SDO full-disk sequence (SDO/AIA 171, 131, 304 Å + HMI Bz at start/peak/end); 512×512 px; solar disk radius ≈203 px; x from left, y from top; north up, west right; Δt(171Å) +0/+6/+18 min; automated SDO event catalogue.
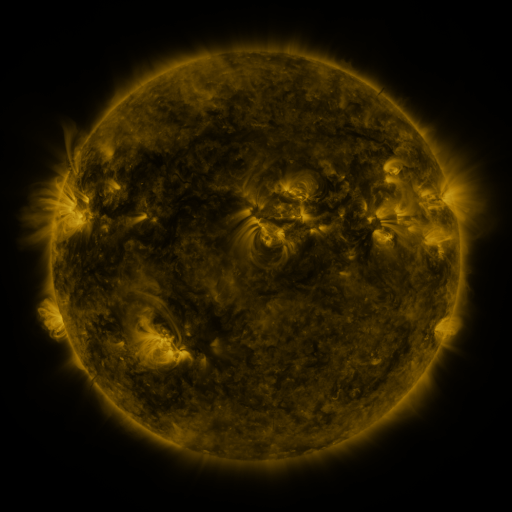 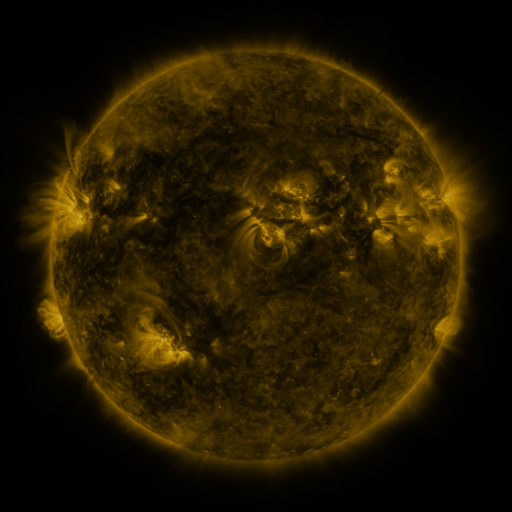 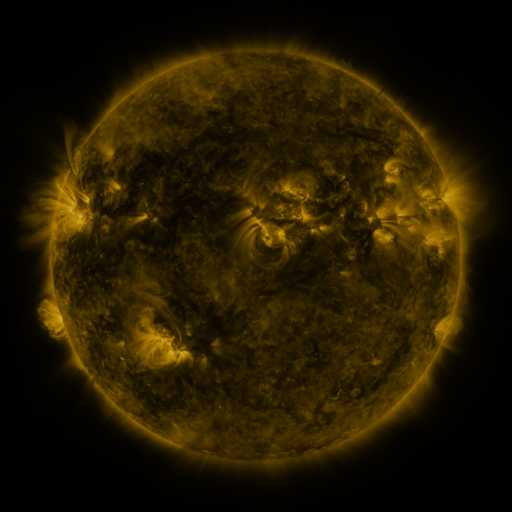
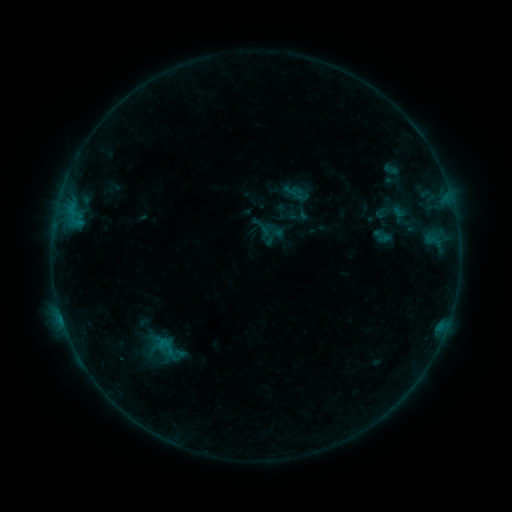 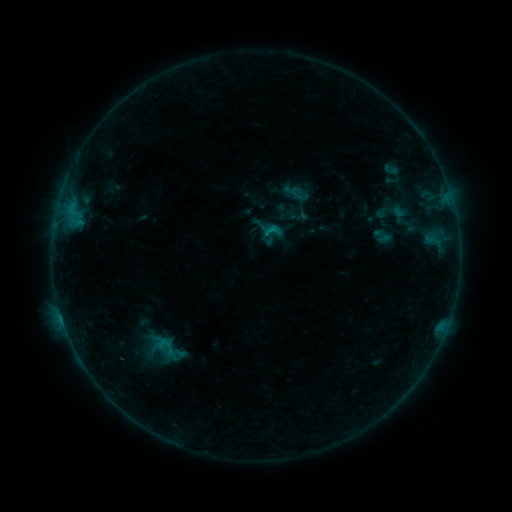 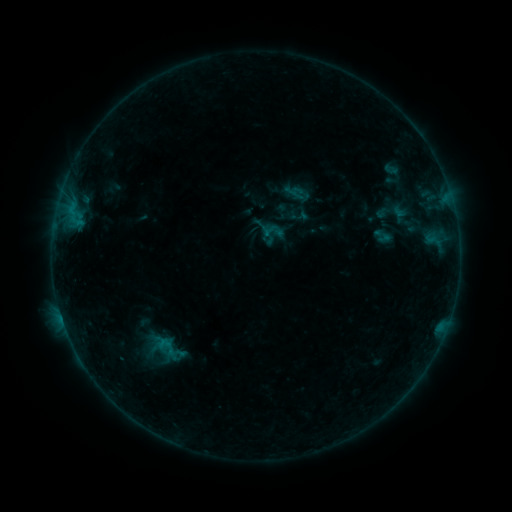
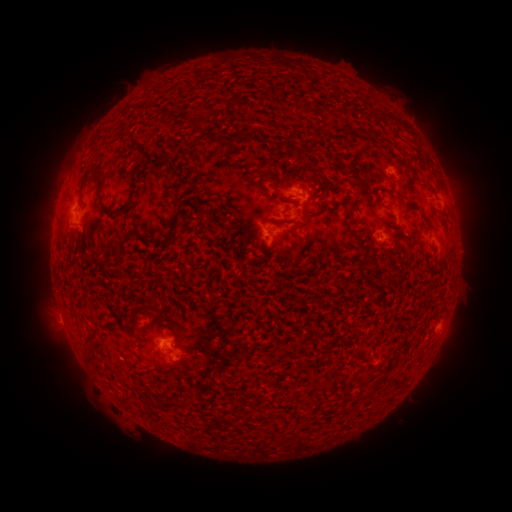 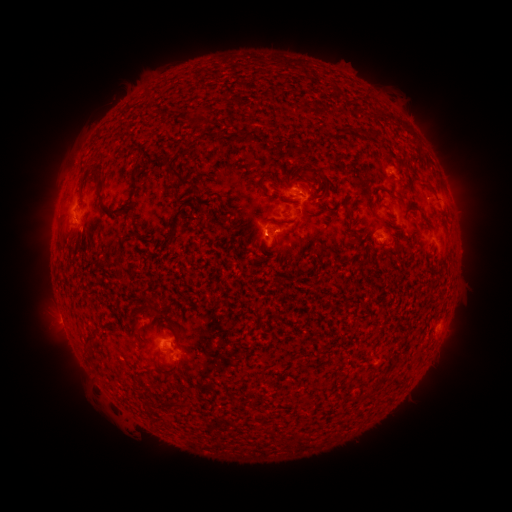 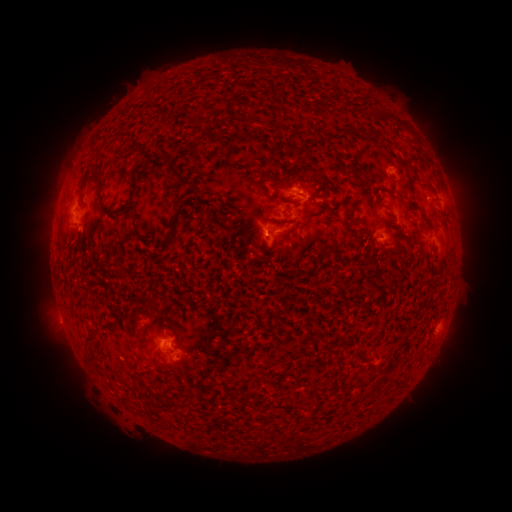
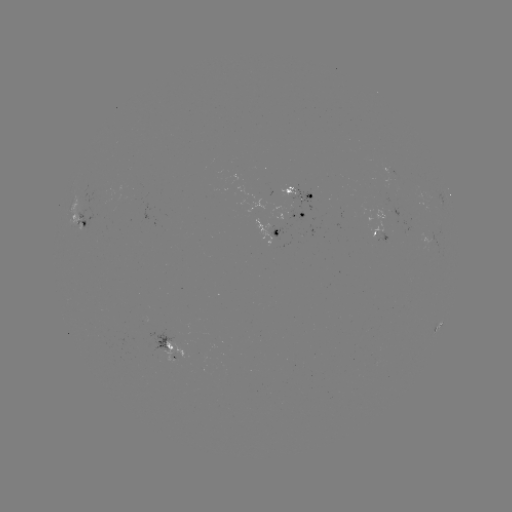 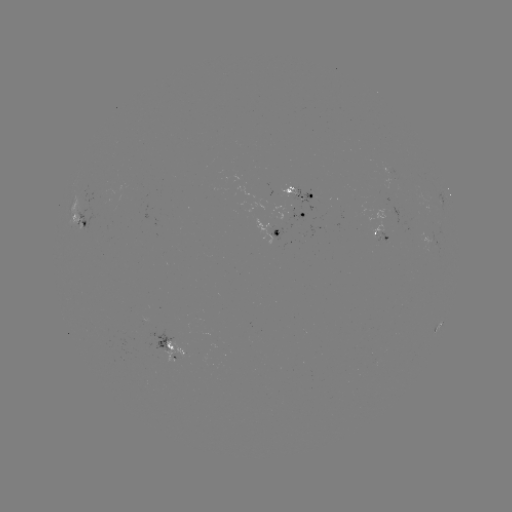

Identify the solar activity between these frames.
B5.3 flare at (266, 235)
